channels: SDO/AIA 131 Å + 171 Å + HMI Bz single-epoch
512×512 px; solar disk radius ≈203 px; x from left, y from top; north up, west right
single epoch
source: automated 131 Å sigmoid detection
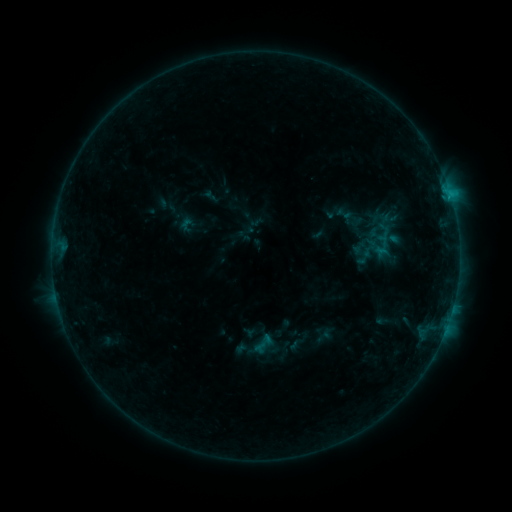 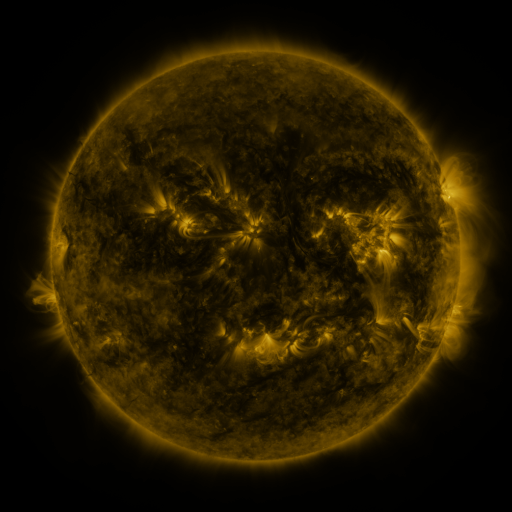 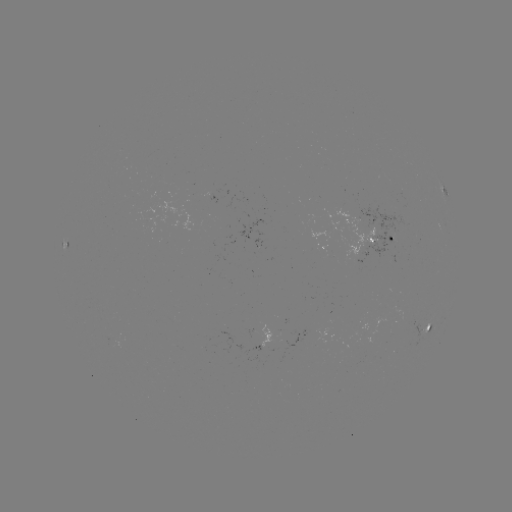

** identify sigmoid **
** (344, 214) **